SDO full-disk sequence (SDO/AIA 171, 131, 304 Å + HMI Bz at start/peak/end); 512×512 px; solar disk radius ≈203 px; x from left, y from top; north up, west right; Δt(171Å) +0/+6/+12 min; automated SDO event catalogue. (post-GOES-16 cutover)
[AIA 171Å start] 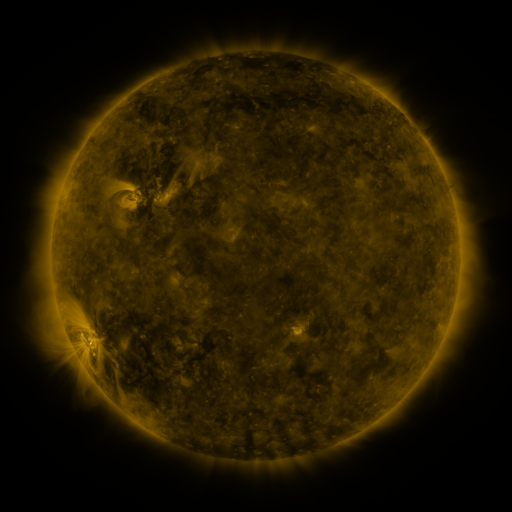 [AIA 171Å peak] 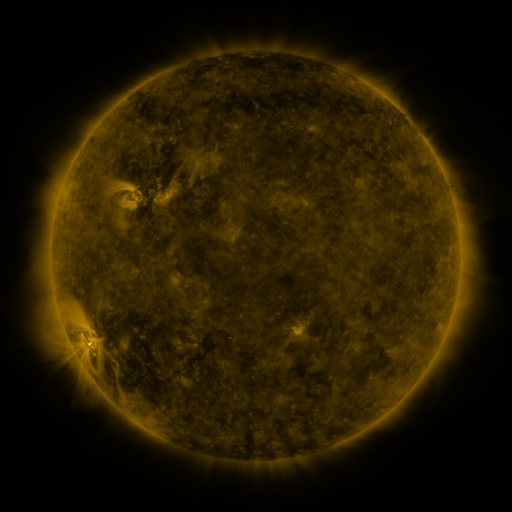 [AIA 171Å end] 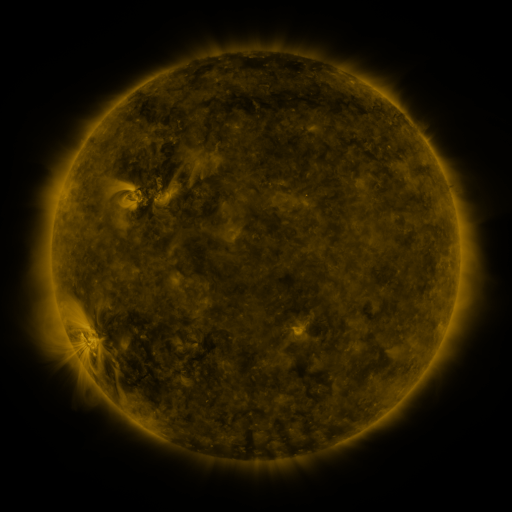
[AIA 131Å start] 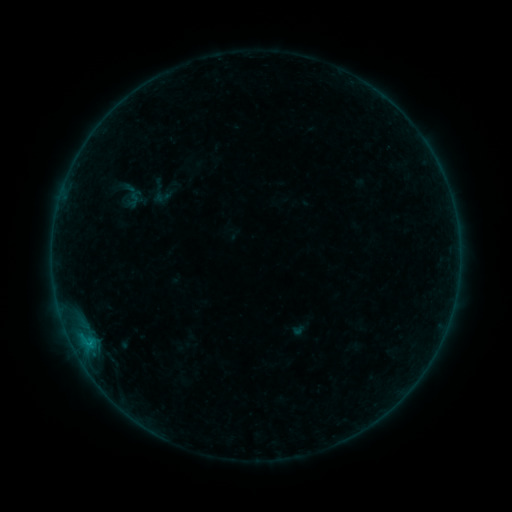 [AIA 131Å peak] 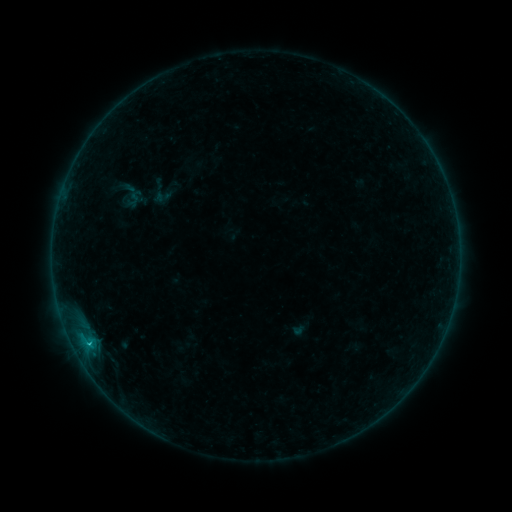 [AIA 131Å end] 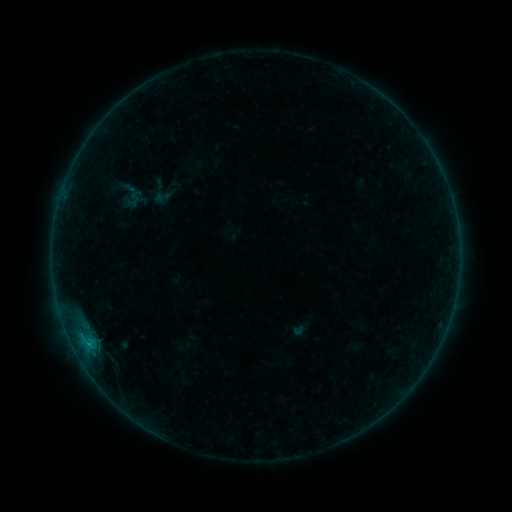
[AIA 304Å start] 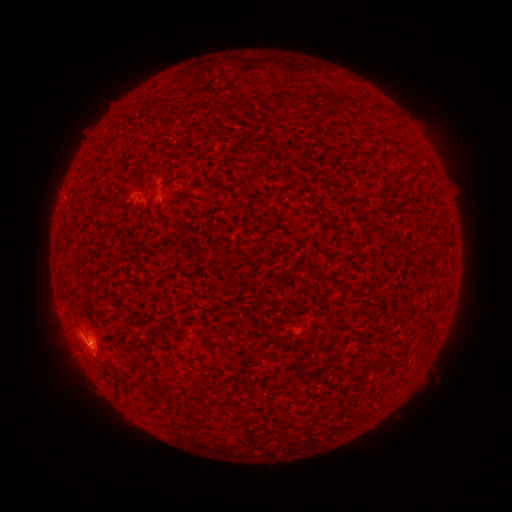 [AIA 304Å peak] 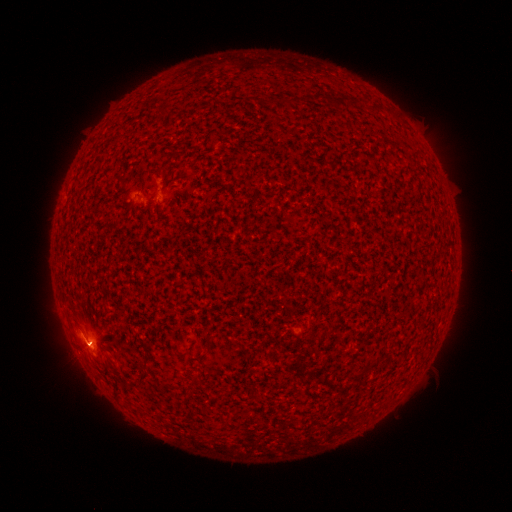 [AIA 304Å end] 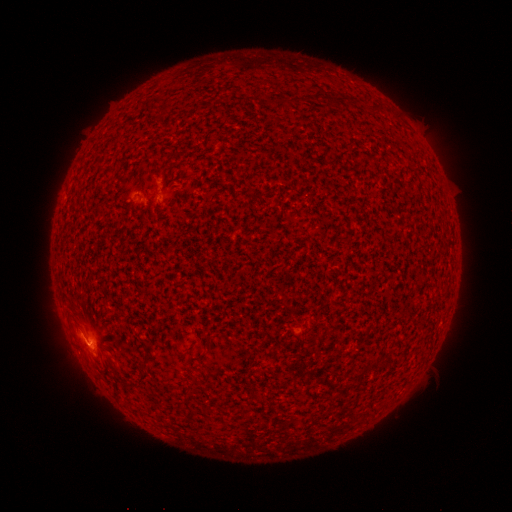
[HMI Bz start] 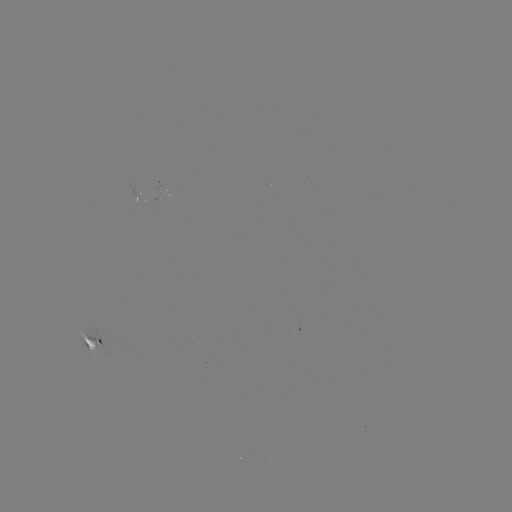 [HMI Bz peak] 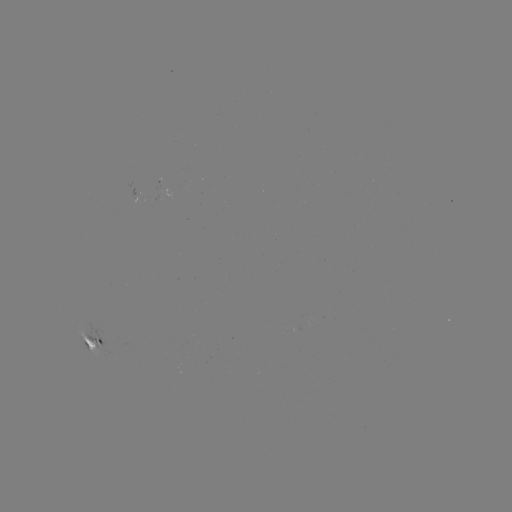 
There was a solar flare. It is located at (89, 341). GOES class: B5.4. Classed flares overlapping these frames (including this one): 1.